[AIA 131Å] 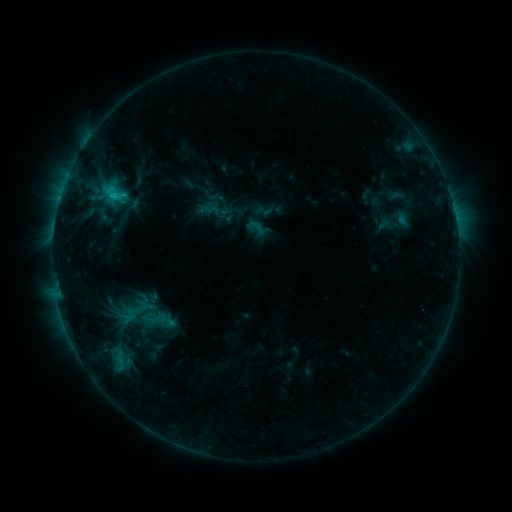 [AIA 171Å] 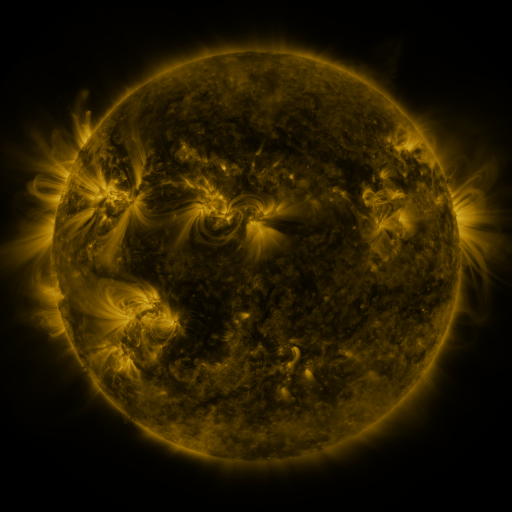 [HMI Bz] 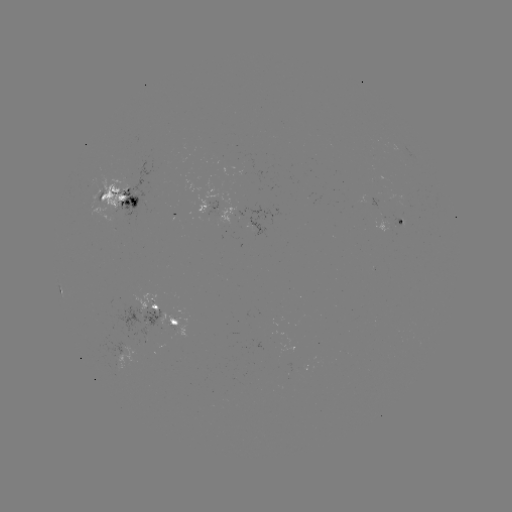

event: sigmoid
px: (255, 228)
